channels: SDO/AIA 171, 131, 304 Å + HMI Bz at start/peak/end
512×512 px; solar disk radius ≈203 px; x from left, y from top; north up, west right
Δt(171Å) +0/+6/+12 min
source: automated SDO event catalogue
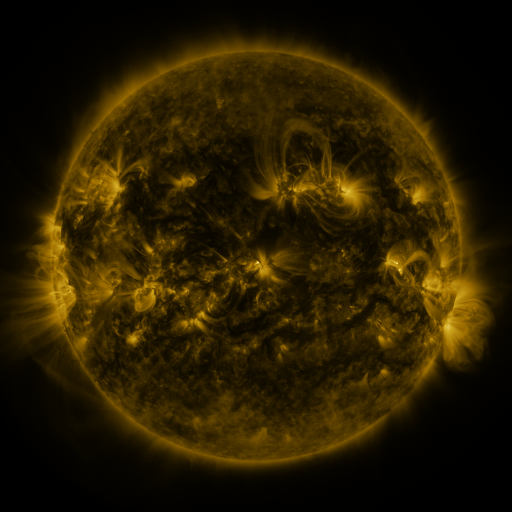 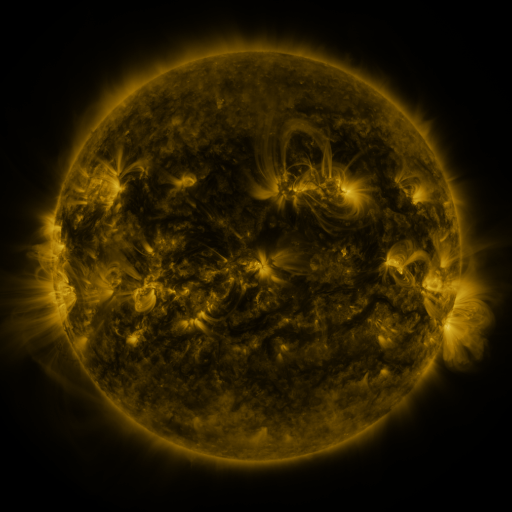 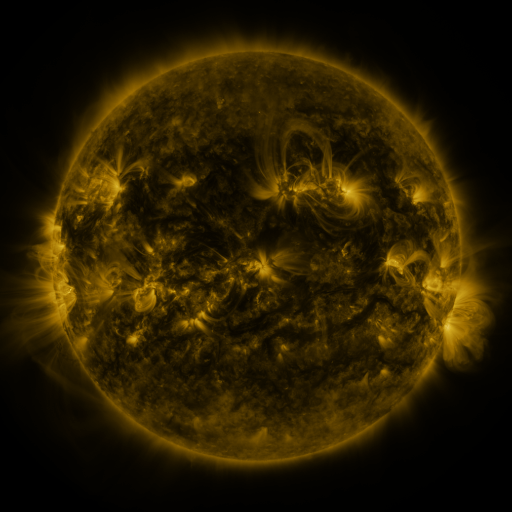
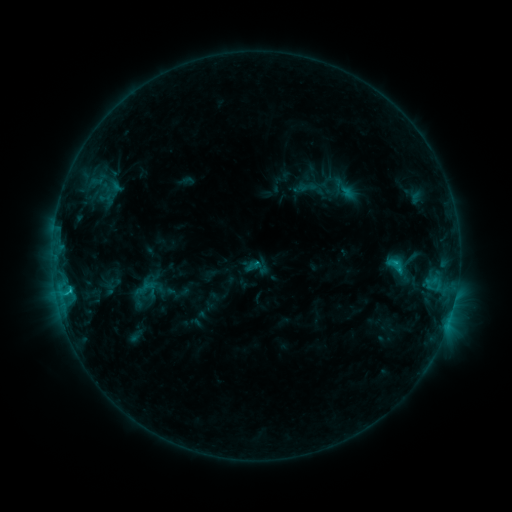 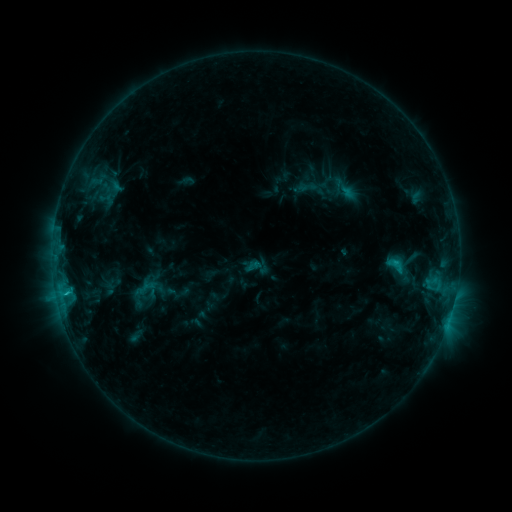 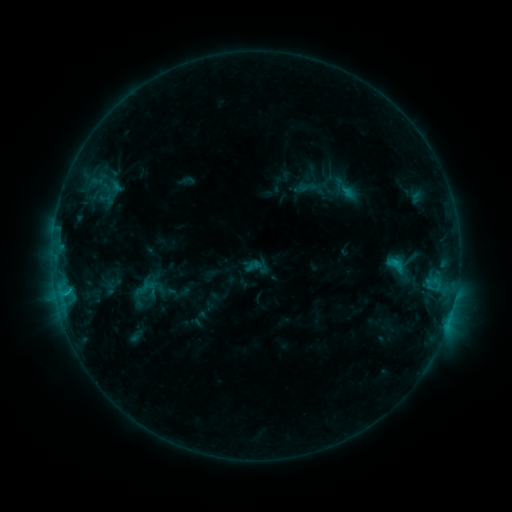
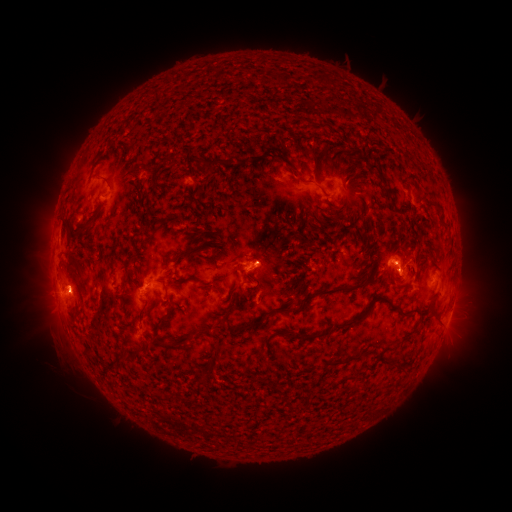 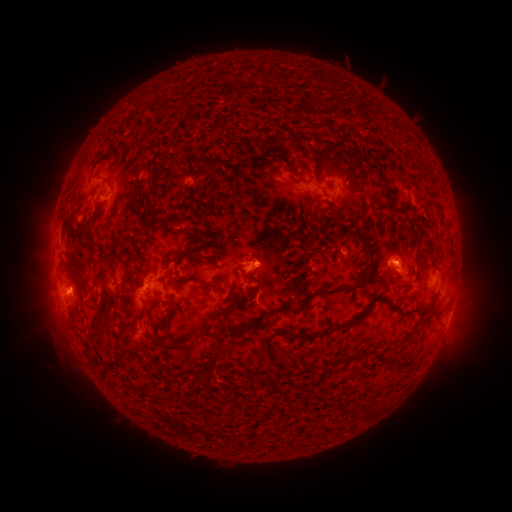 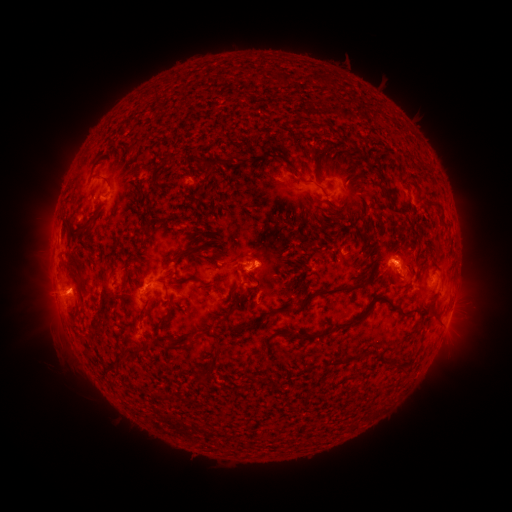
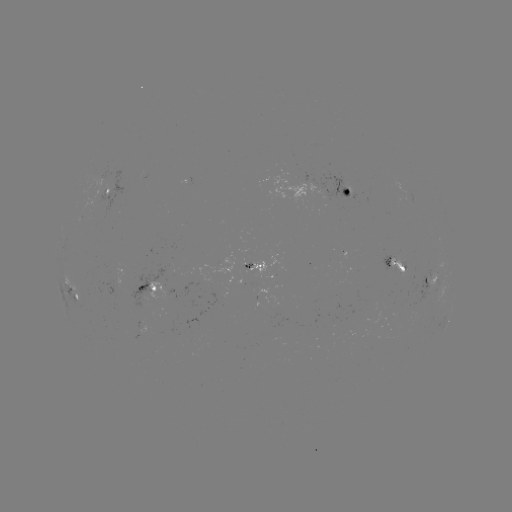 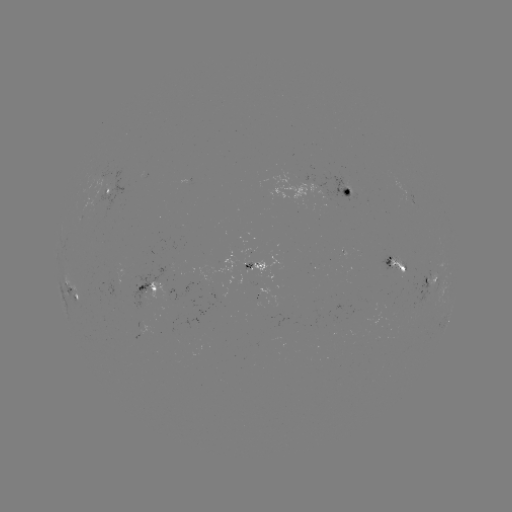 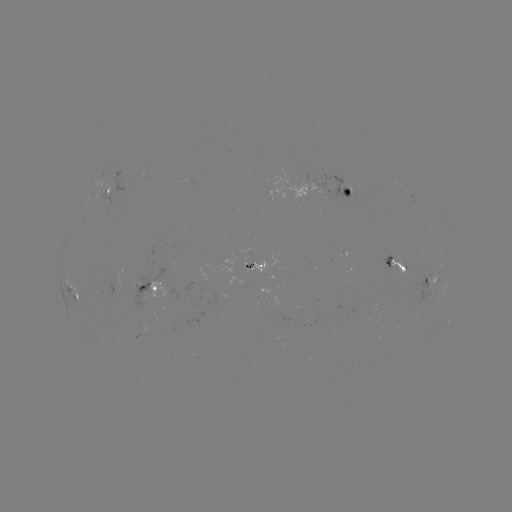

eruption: [27, 257, 98, 326]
